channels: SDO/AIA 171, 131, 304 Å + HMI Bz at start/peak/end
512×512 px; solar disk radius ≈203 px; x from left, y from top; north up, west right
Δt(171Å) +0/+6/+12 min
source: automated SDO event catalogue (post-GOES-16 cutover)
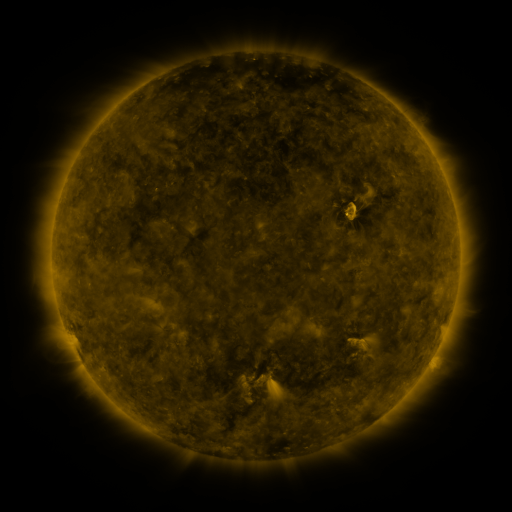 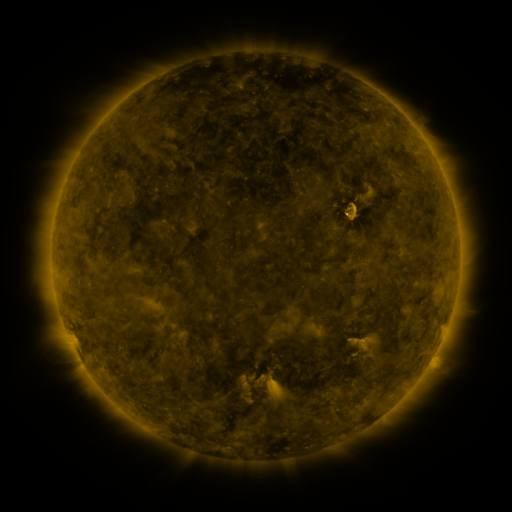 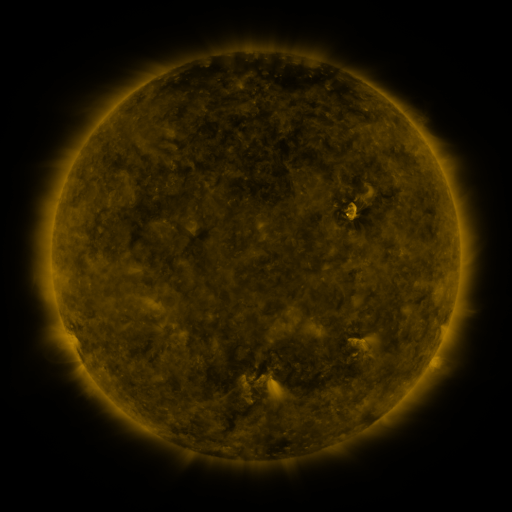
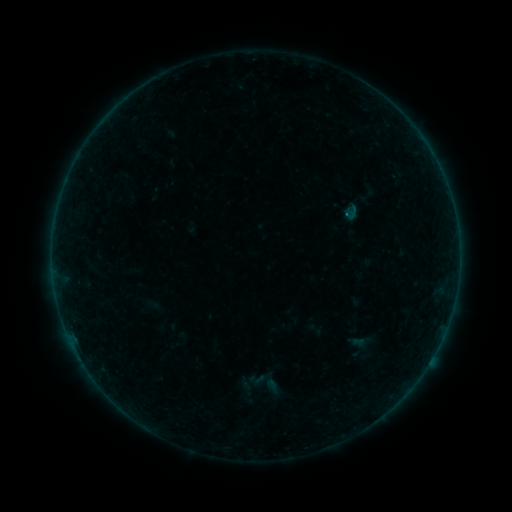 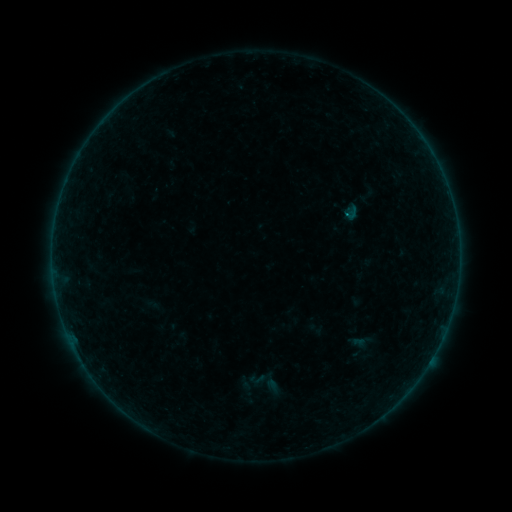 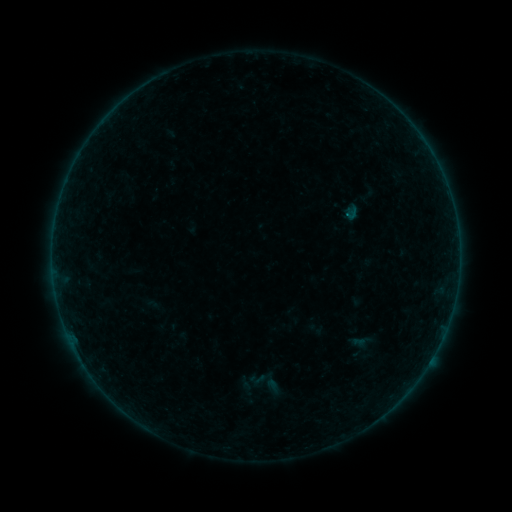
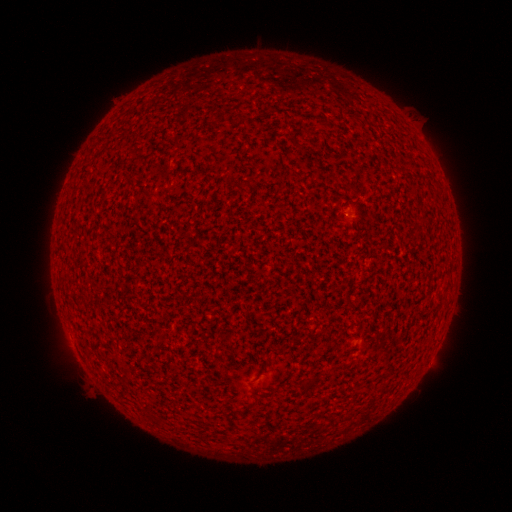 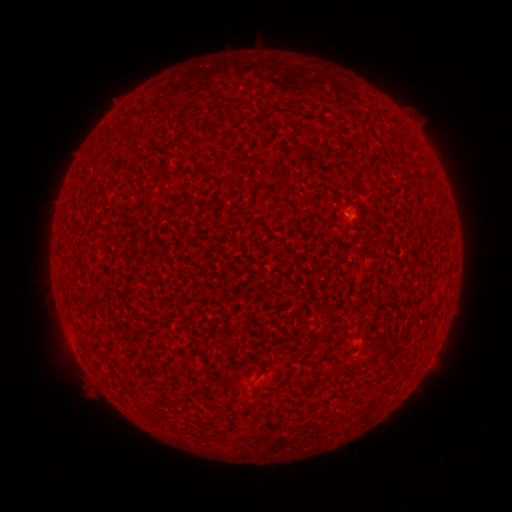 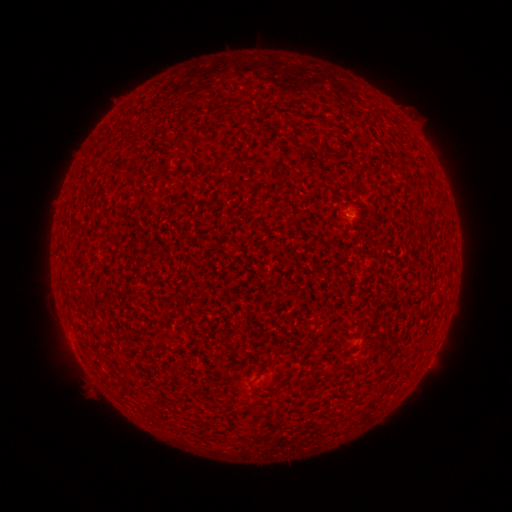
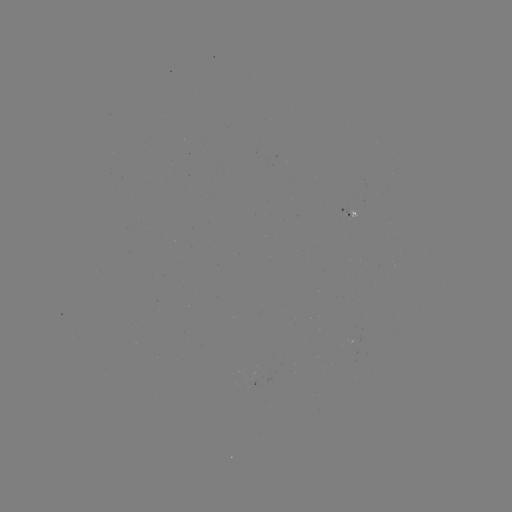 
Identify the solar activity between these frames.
A6.4 flare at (344, 217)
